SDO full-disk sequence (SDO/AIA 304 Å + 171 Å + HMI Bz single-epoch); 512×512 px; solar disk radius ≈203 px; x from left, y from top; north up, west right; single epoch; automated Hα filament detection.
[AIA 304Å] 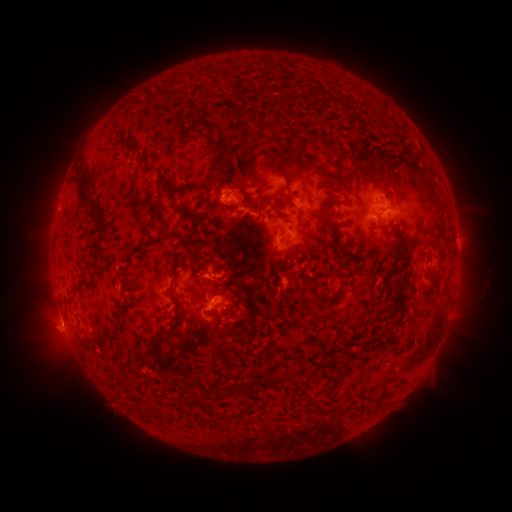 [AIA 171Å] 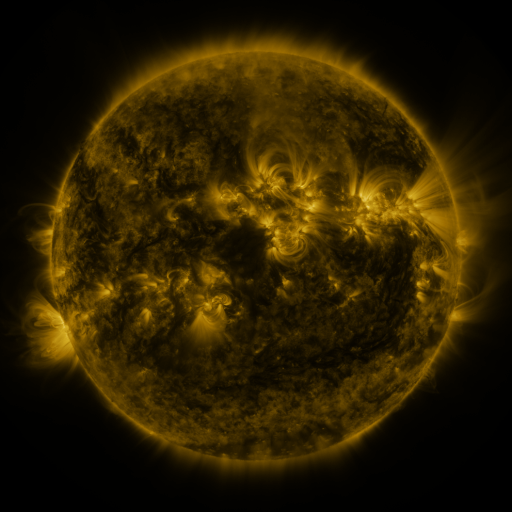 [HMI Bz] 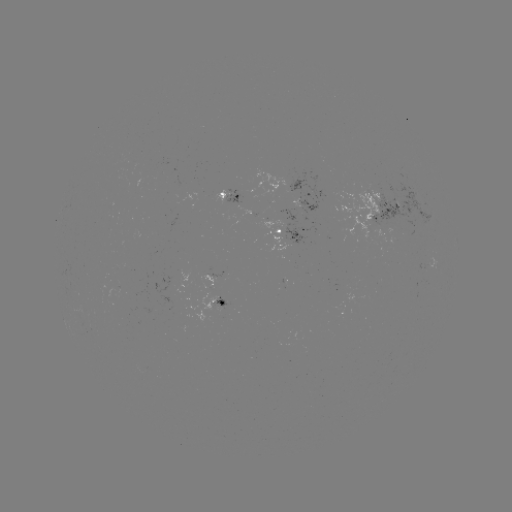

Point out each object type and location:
filament: (375, 102, 386, 117)
filament: (130, 104, 141, 113)
filament: (196, 115, 227, 162)
filament: (263, 122, 276, 131)
filament: (347, 124, 361, 135)
filament: (116, 137, 168, 187)
filament: (400, 143, 407, 155)
filament: (348, 146, 370, 175)
filament: (259, 151, 295, 198)
filament: (287, 153, 294, 166)
filament: (74, 169, 104, 234)
filament: (209, 172, 224, 185)
filament: (226, 173, 249, 205)
filament: (331, 174, 349, 187)
filament: (178, 181, 191, 193)
filament: (320, 182, 338, 192)
filament: (379, 184, 390, 199)
filament: (263, 196, 271, 206)
filament: (218, 202, 238, 213)
filament: (179, 207, 209, 235)
filament: (315, 212, 350, 258)
filament: (129, 237, 158, 261)
filament: (171, 270, 181, 287)
filament: (333, 283, 348, 295)
filament: (215, 287, 230, 294)
filament: (68, 290, 84, 298)
filament: (387, 293, 408, 310)
filament: (114, 303, 132, 339)
filament: (162, 327, 173, 337)
filament: (337, 358, 349, 368)
filament: (314, 363, 324, 372)
filament: (235, 378, 256, 395)
filament: (146, 405, 158, 420)
